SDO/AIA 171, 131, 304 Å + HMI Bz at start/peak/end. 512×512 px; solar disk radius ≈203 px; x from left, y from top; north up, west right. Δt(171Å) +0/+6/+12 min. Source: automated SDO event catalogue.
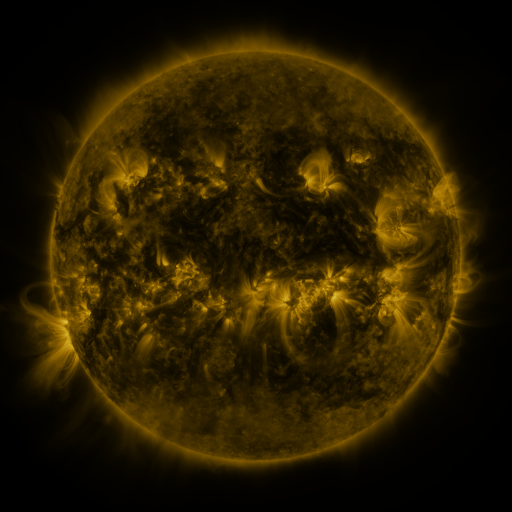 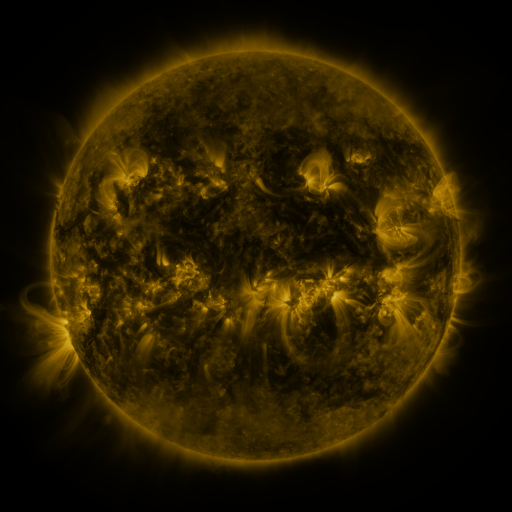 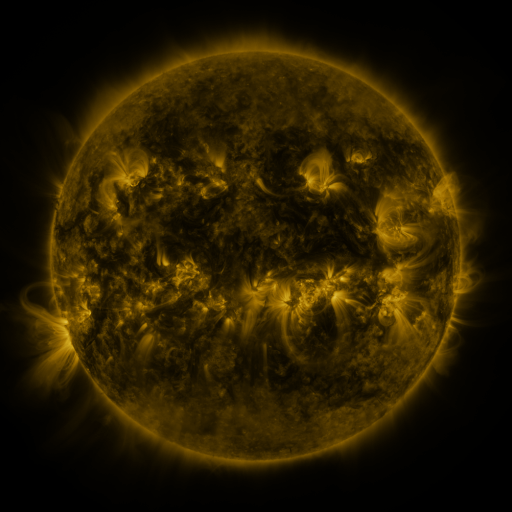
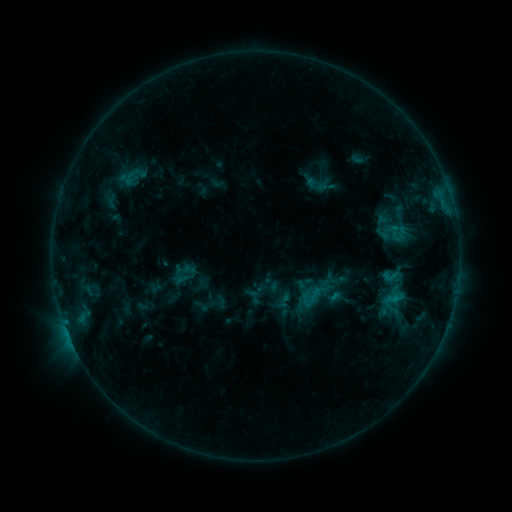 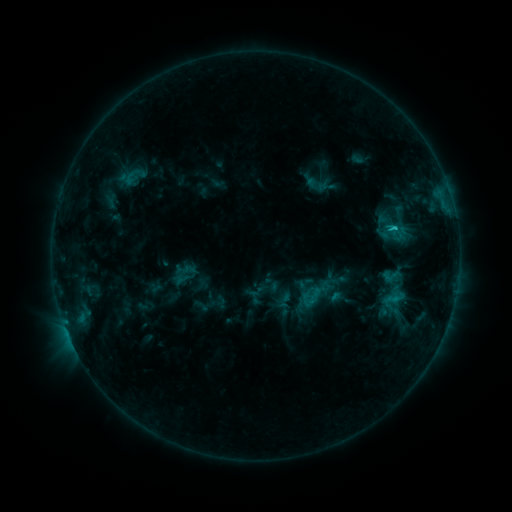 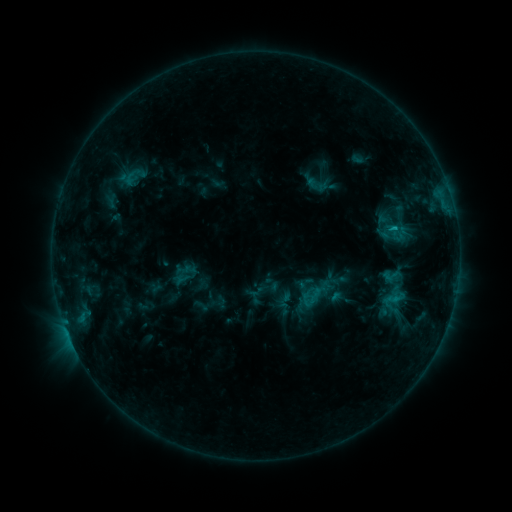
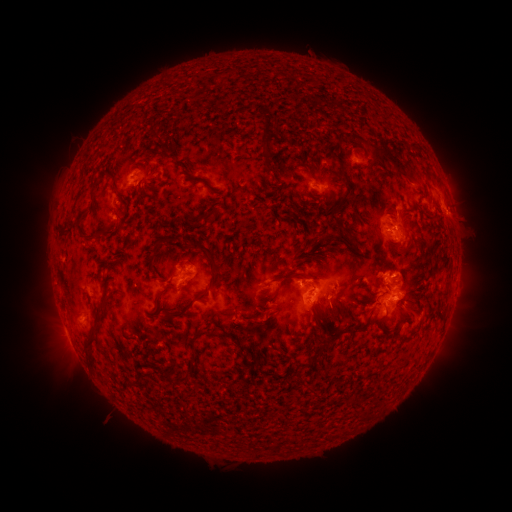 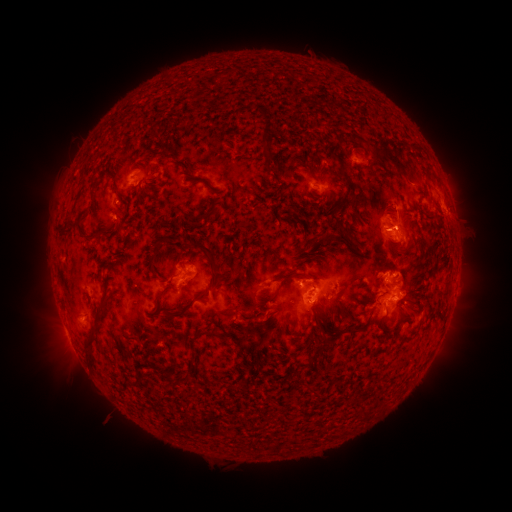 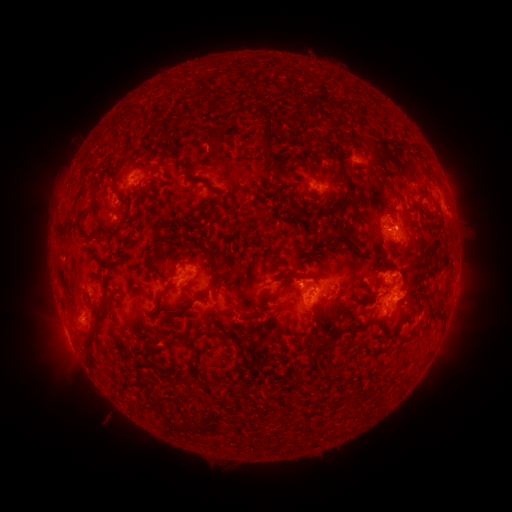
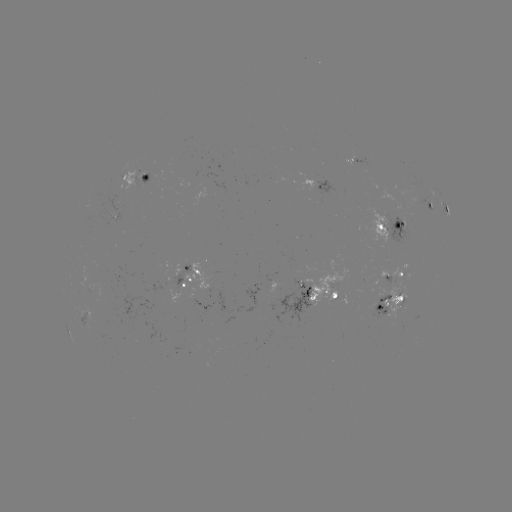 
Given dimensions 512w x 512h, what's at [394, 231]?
C1.3 flare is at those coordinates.